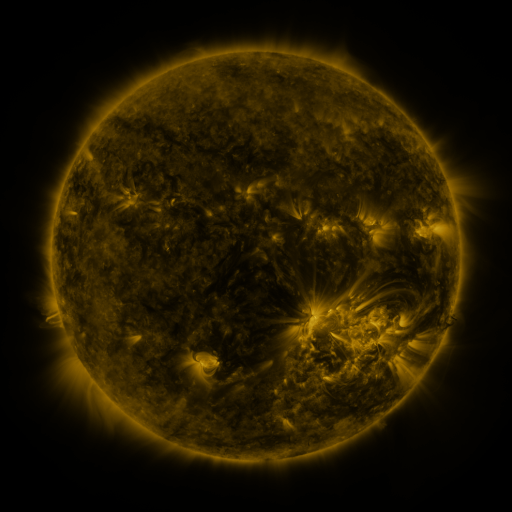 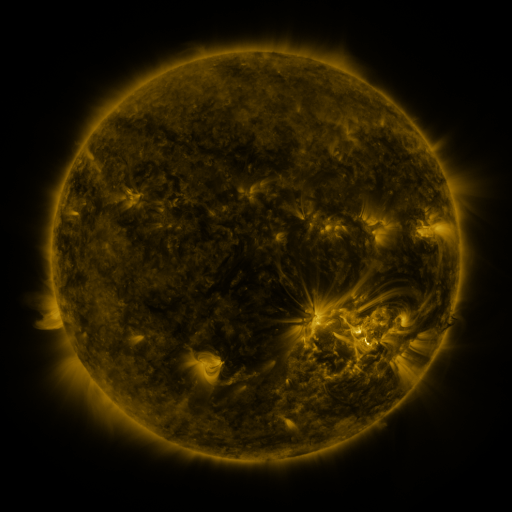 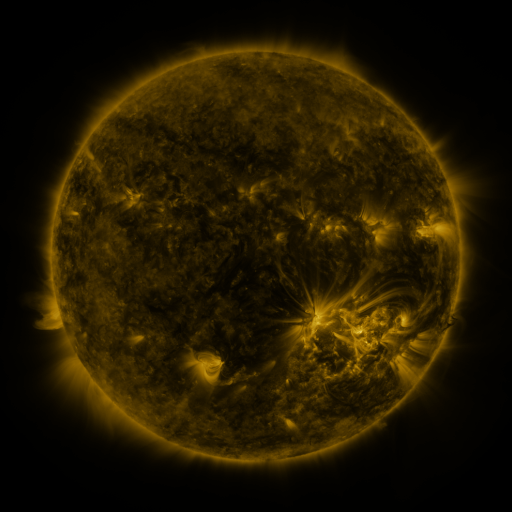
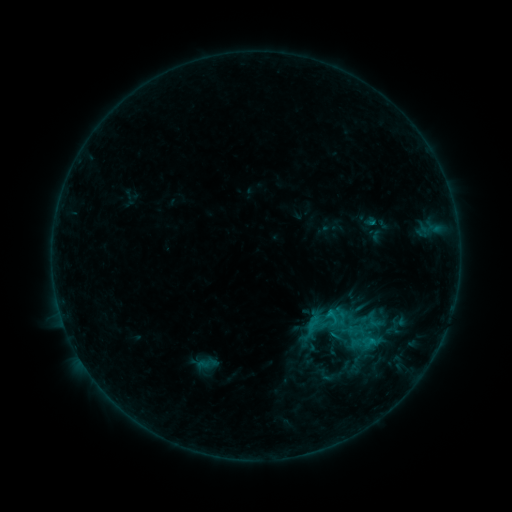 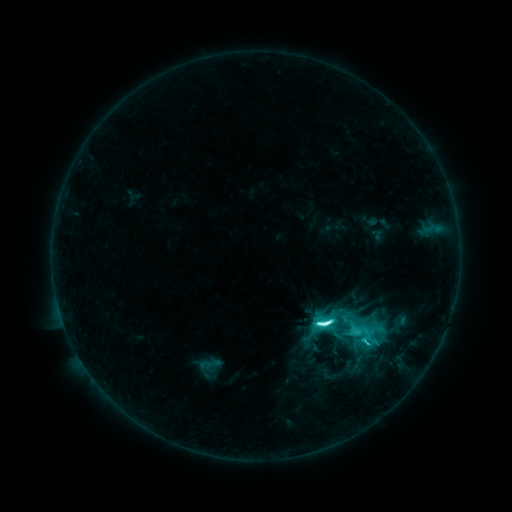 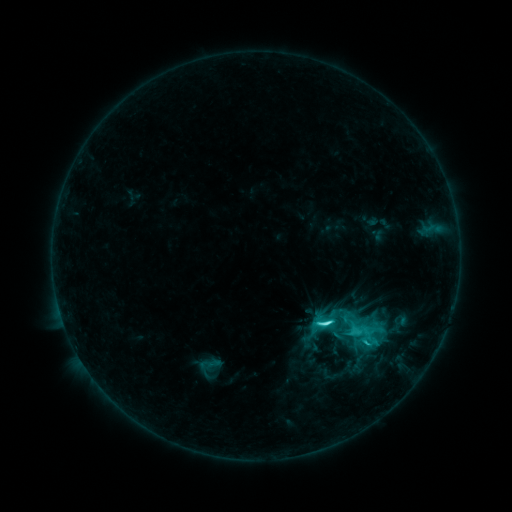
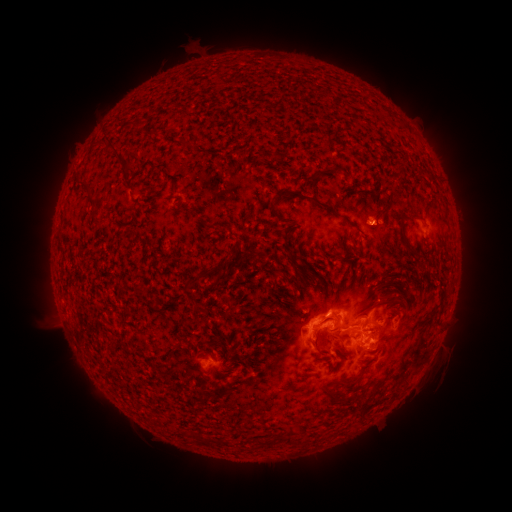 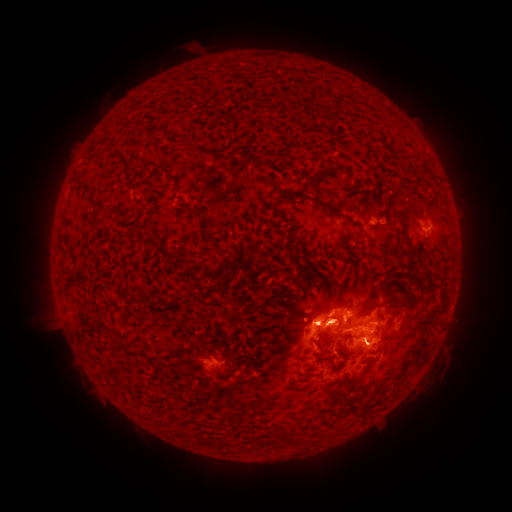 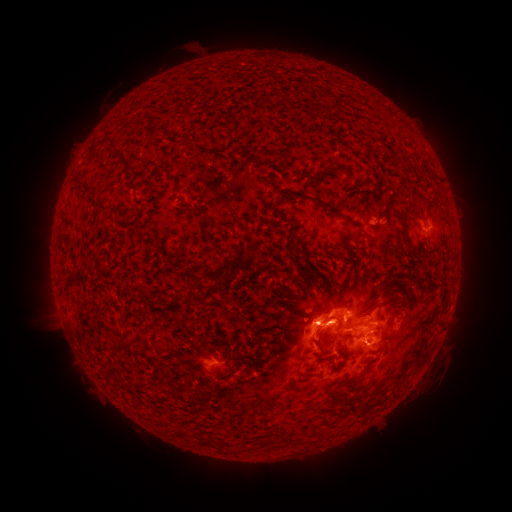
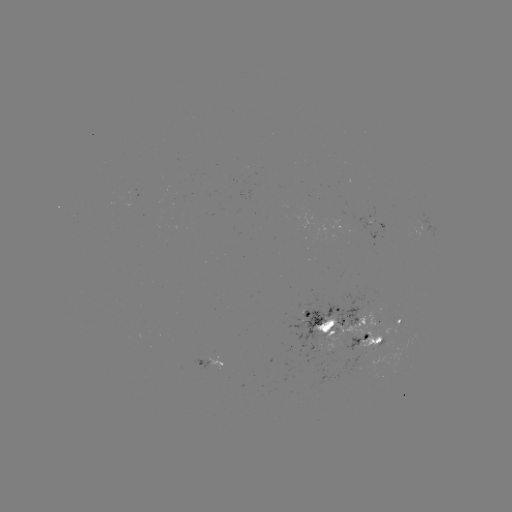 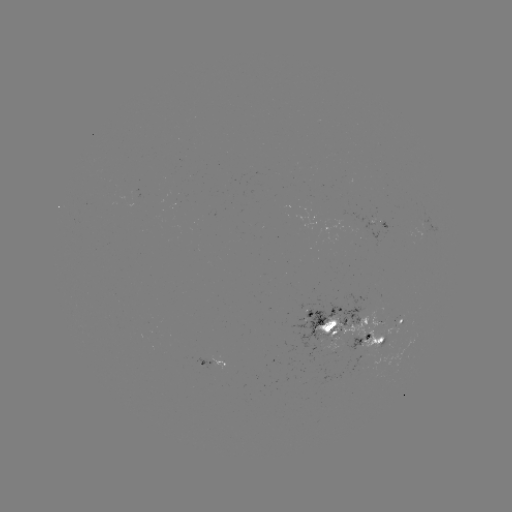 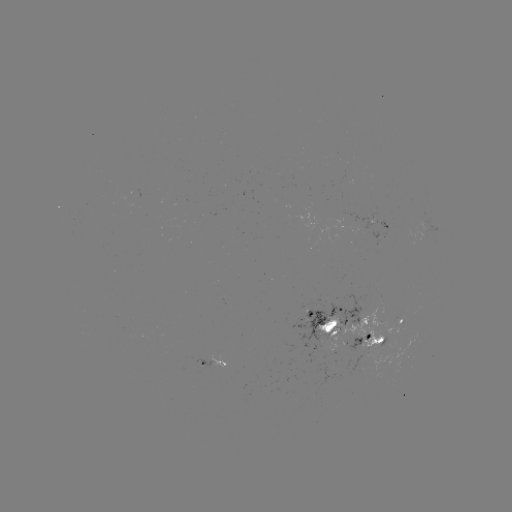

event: flare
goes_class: M1.0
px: (316, 322)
